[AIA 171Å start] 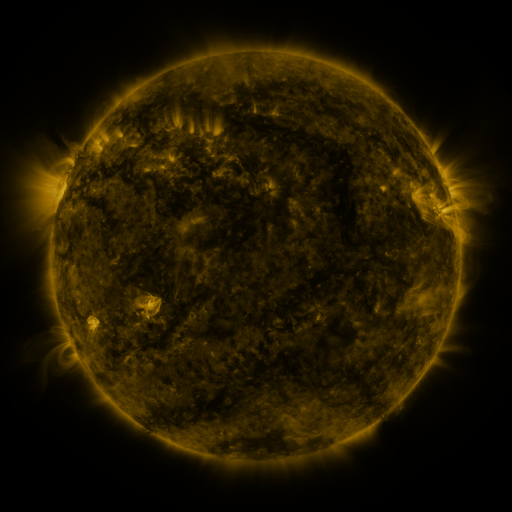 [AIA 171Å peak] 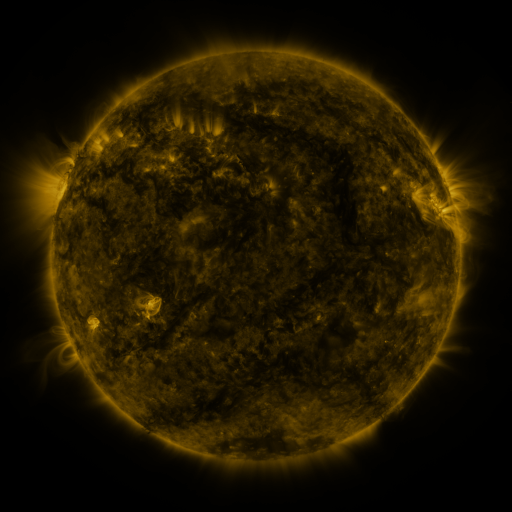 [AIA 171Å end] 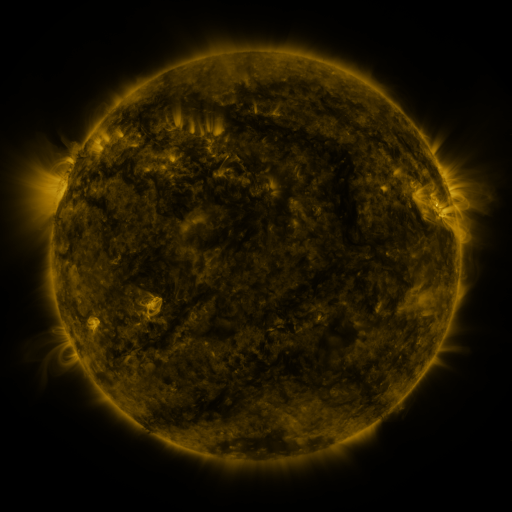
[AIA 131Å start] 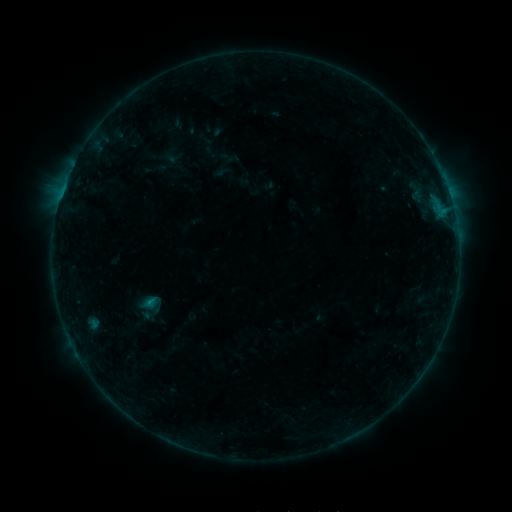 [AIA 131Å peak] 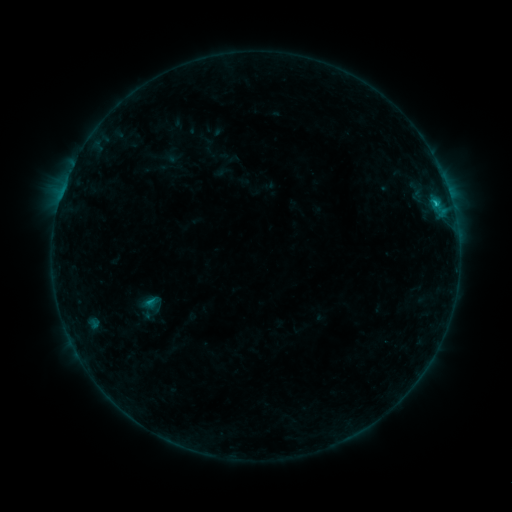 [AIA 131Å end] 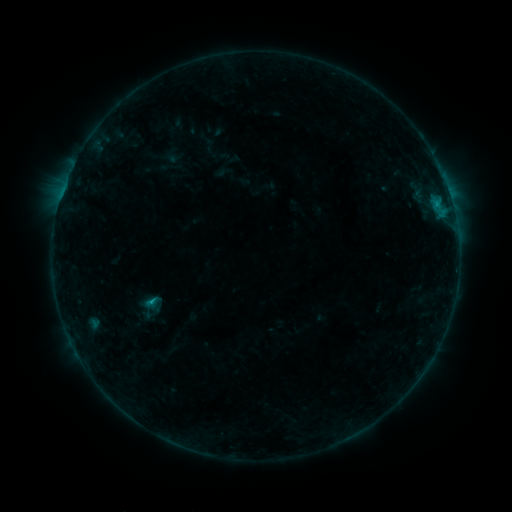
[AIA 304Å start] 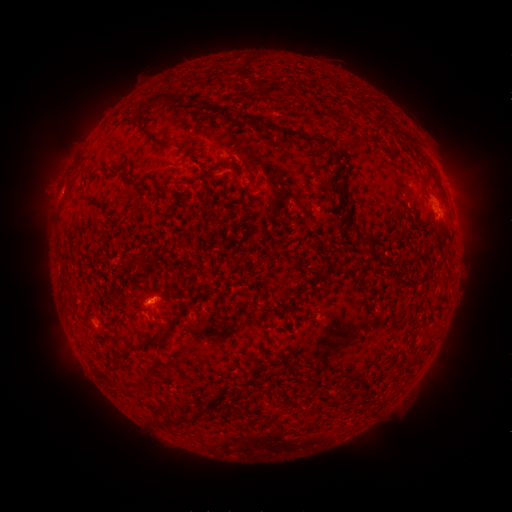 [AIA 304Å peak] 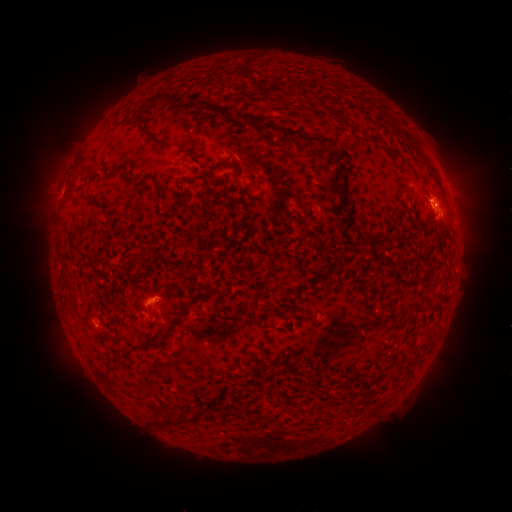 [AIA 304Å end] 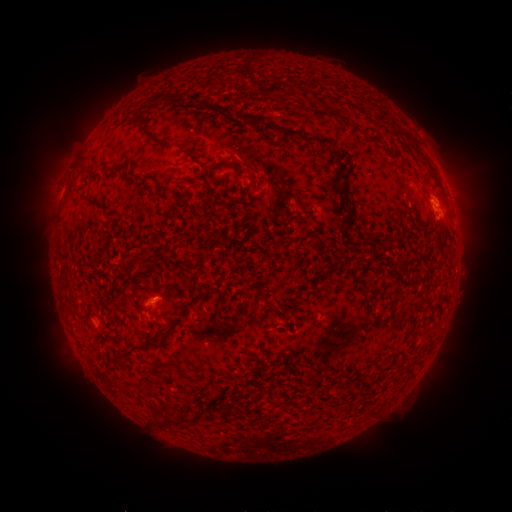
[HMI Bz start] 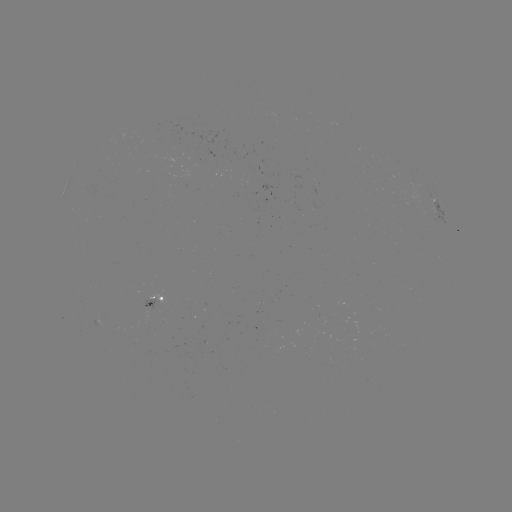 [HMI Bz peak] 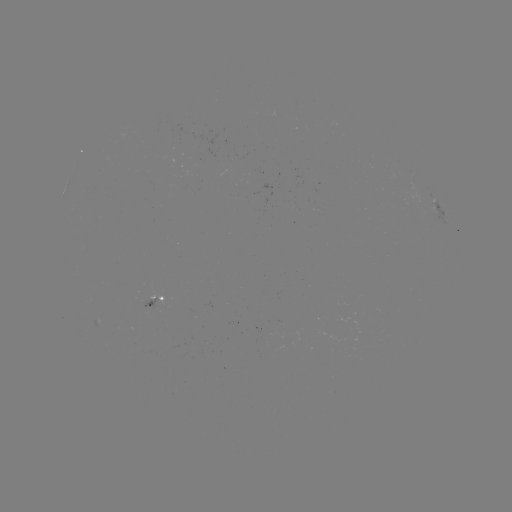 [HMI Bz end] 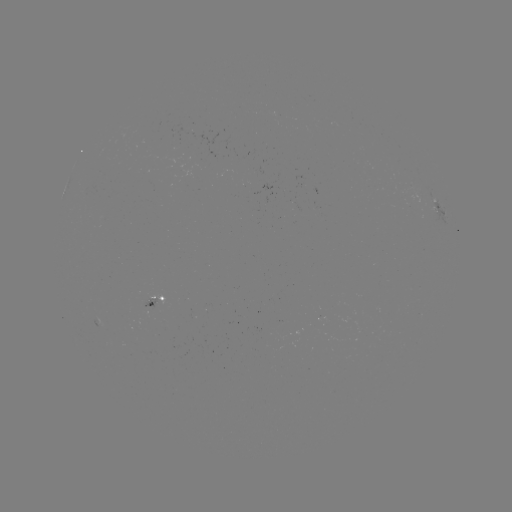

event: flare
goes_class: C1.1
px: (434, 204)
